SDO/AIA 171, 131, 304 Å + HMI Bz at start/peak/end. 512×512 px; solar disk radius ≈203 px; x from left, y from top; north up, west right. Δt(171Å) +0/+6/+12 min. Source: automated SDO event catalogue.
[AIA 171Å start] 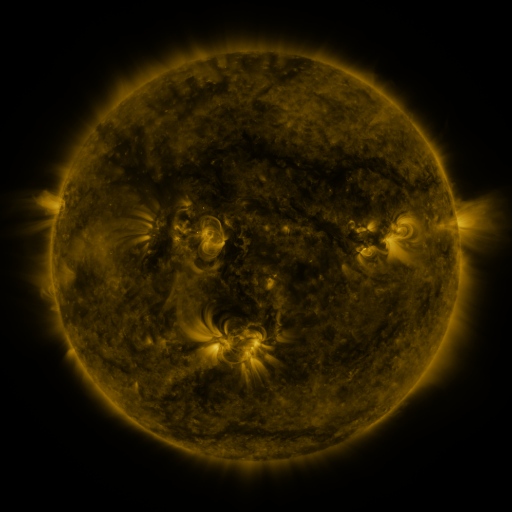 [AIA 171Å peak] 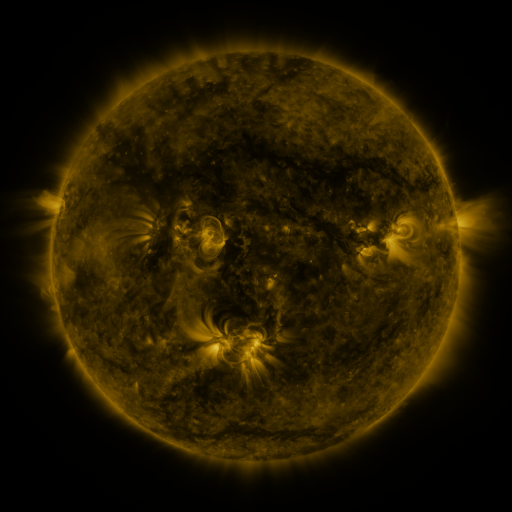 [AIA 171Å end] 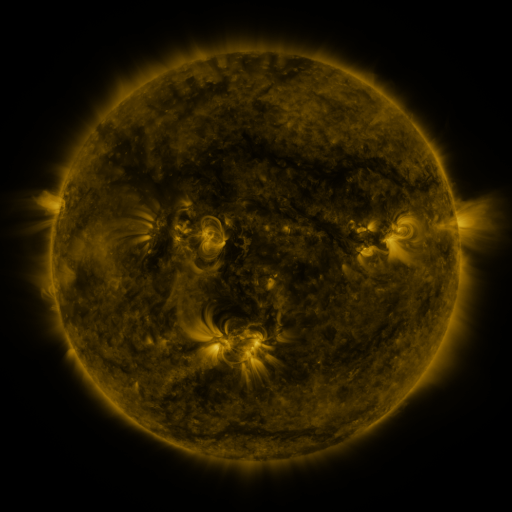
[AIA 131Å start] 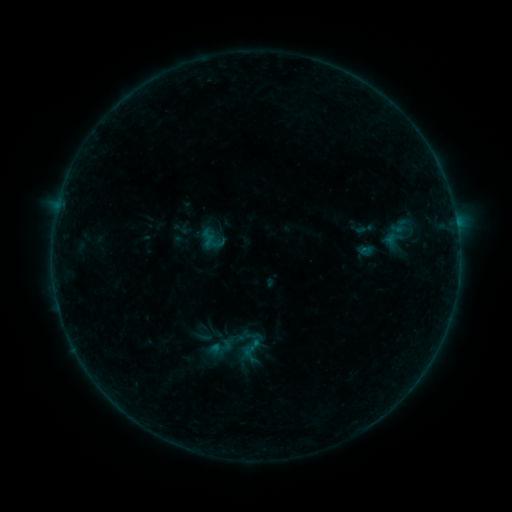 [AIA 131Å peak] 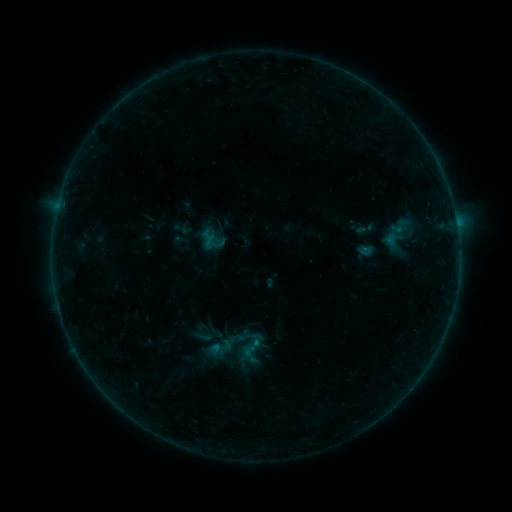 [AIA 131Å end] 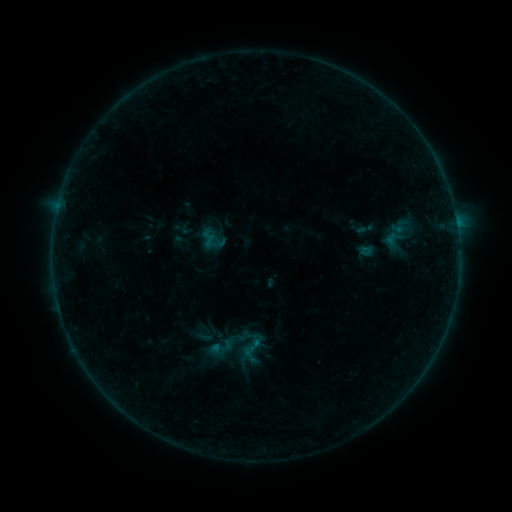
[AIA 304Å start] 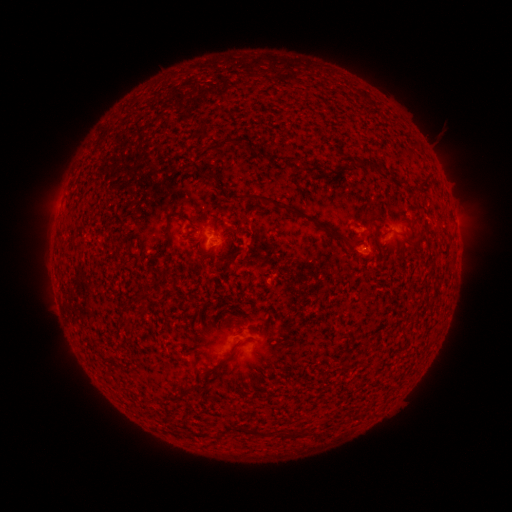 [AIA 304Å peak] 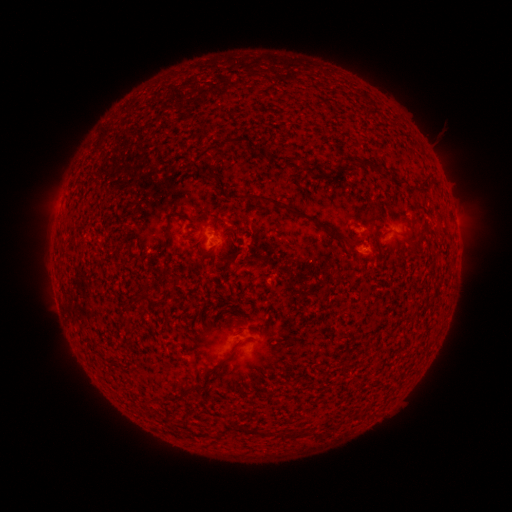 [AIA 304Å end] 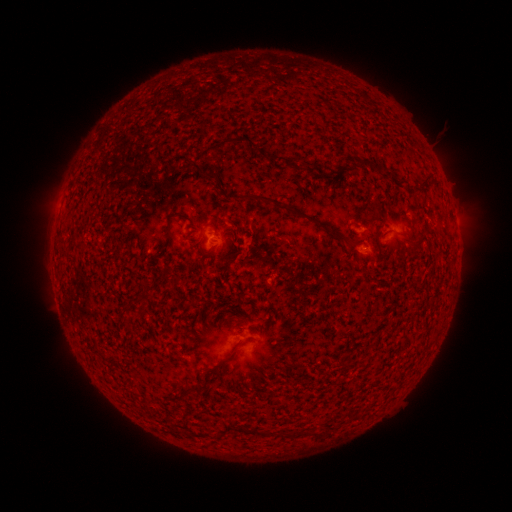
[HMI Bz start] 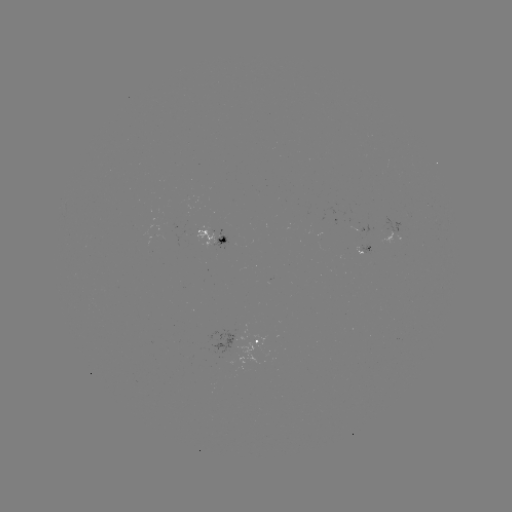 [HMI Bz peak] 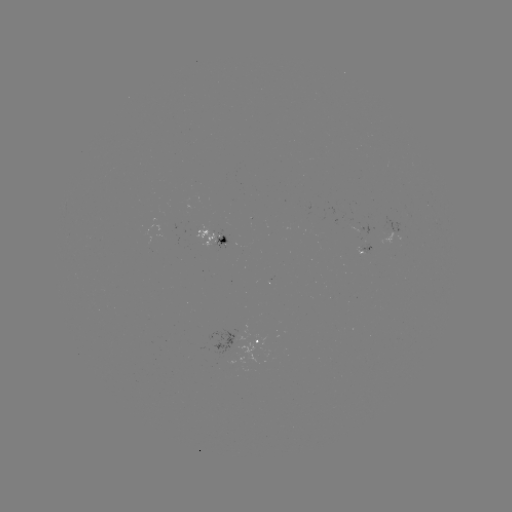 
no flare in any classed list; no EUV-trigger detection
